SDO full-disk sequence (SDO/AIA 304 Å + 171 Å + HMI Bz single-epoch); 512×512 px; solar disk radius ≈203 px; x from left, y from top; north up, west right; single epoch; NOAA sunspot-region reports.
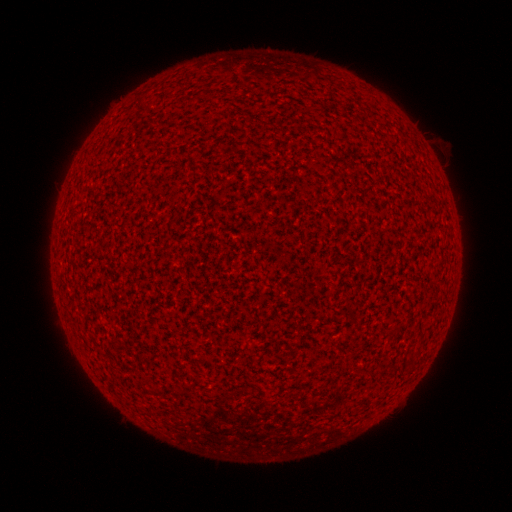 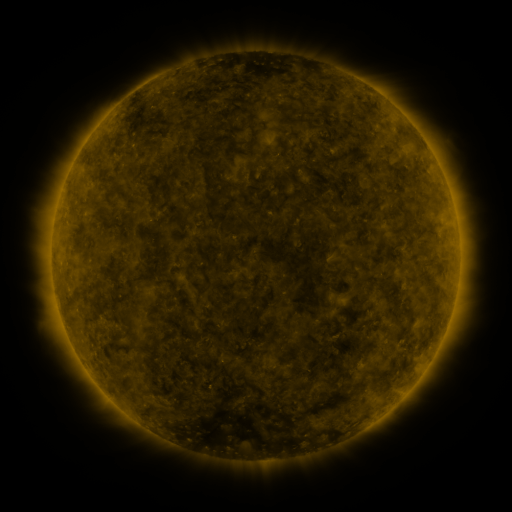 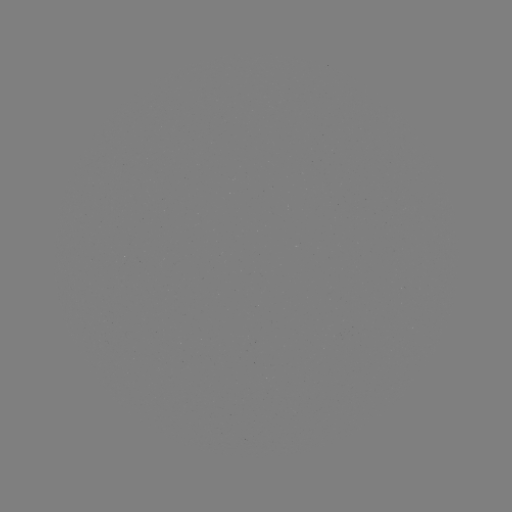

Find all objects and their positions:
(none)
